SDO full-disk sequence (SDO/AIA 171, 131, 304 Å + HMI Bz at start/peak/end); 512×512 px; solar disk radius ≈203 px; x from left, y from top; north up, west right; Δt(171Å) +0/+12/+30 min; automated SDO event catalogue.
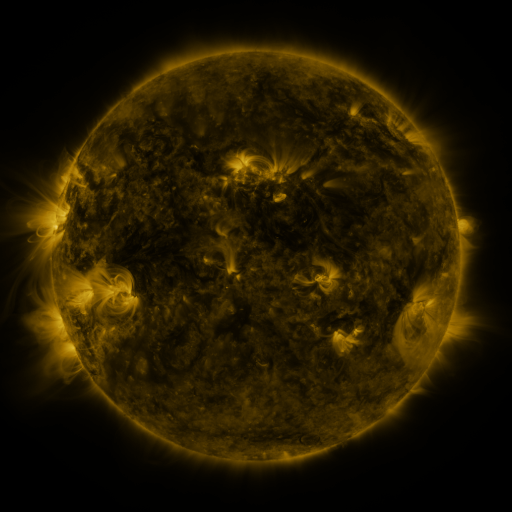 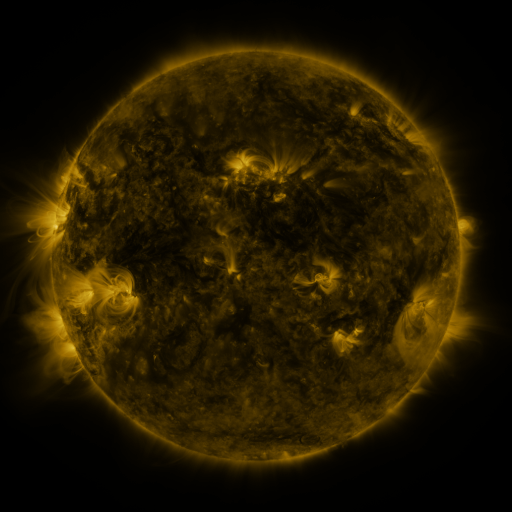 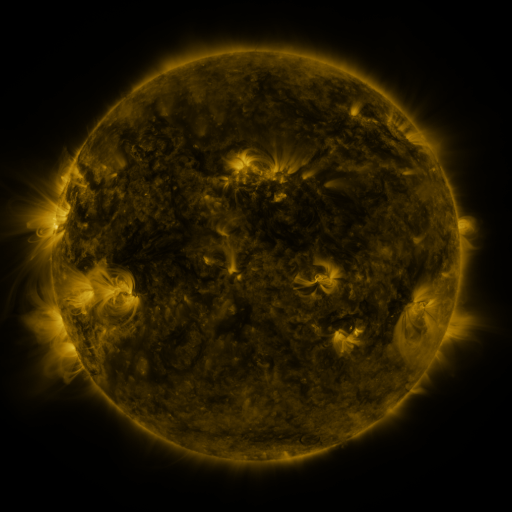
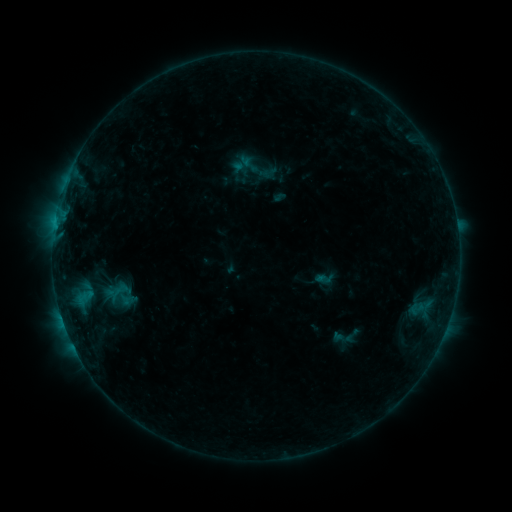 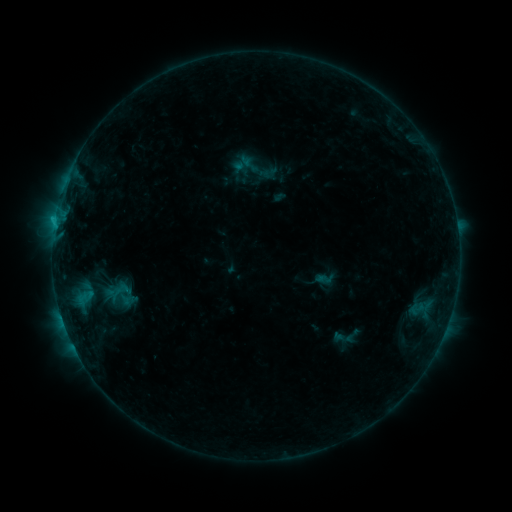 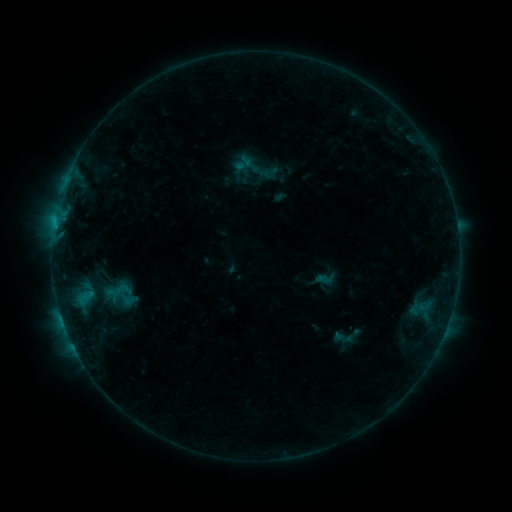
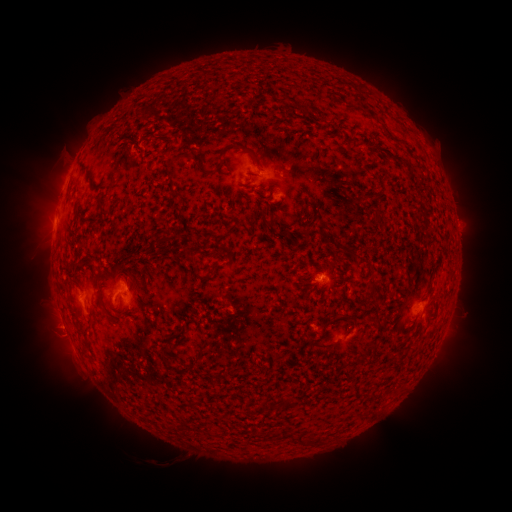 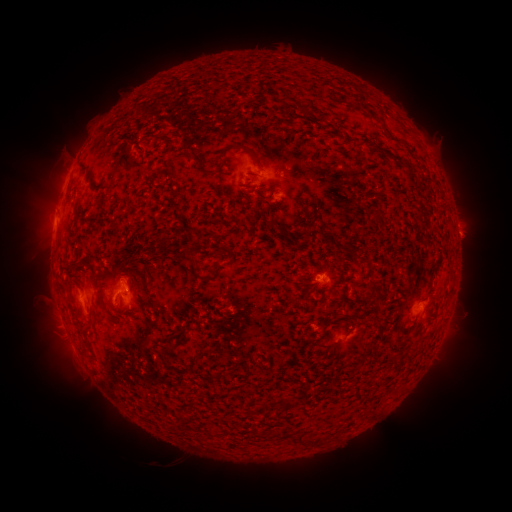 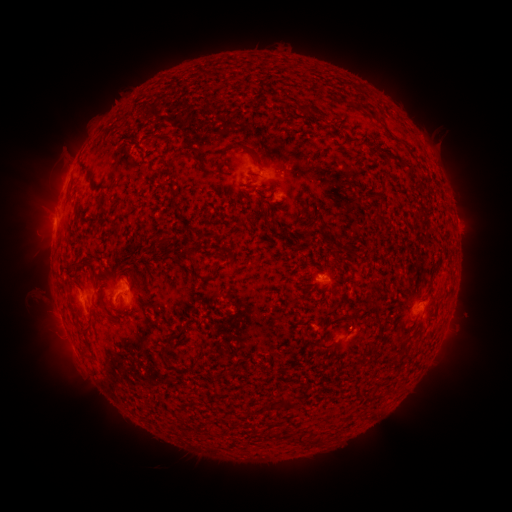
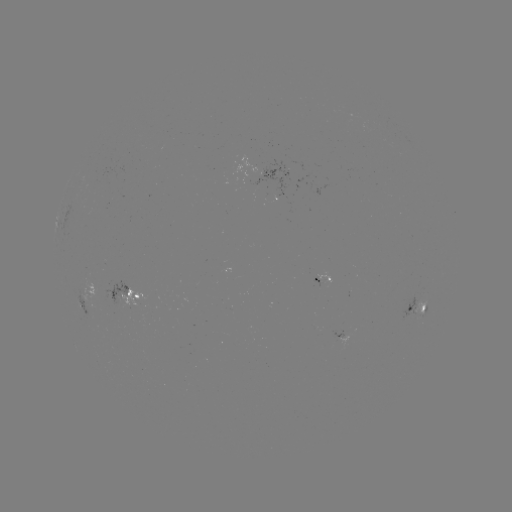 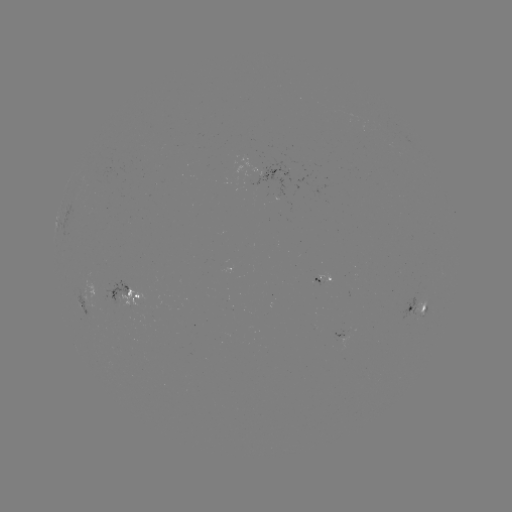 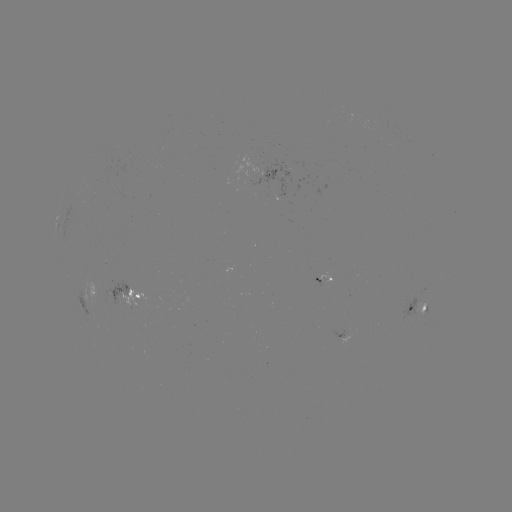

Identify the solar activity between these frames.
B6.1 flare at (56, 220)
